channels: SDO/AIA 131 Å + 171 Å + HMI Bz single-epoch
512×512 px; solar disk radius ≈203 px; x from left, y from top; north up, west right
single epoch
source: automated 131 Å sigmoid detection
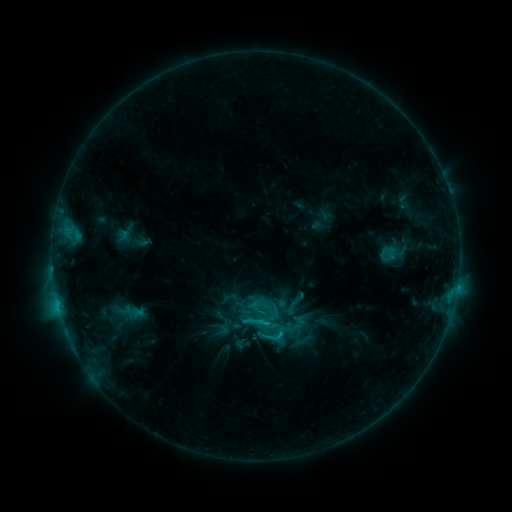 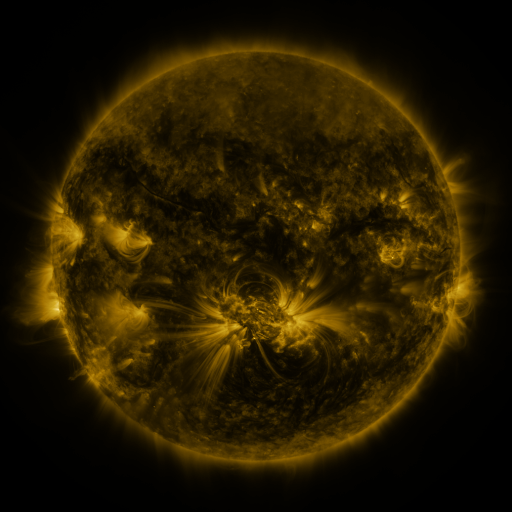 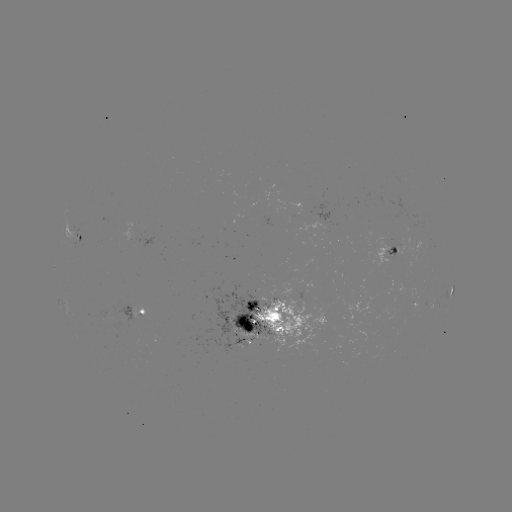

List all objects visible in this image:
sigmoid: (243, 308, 271, 336)
sigmoid: (261, 325, 283, 348)
